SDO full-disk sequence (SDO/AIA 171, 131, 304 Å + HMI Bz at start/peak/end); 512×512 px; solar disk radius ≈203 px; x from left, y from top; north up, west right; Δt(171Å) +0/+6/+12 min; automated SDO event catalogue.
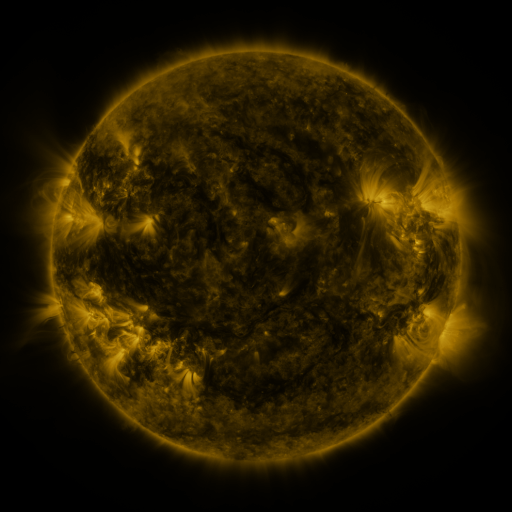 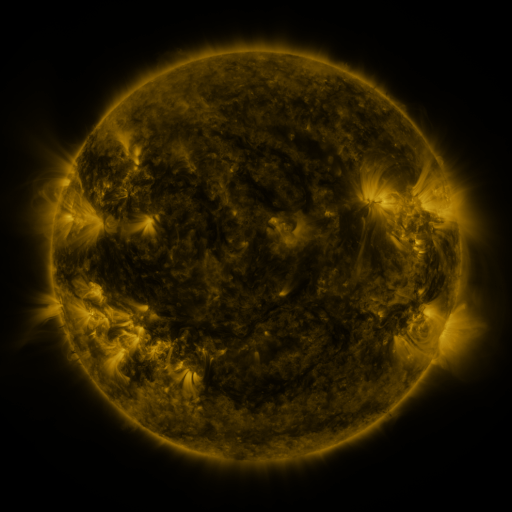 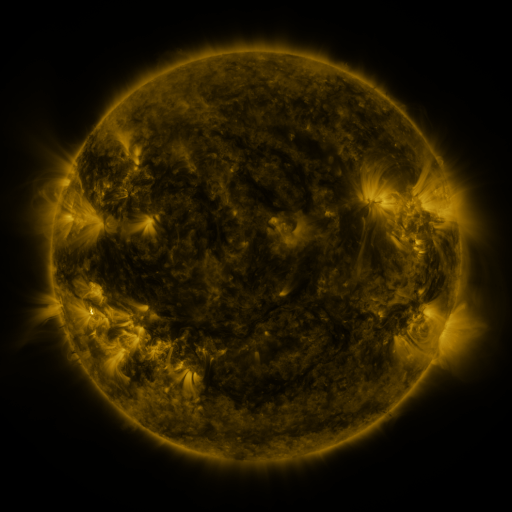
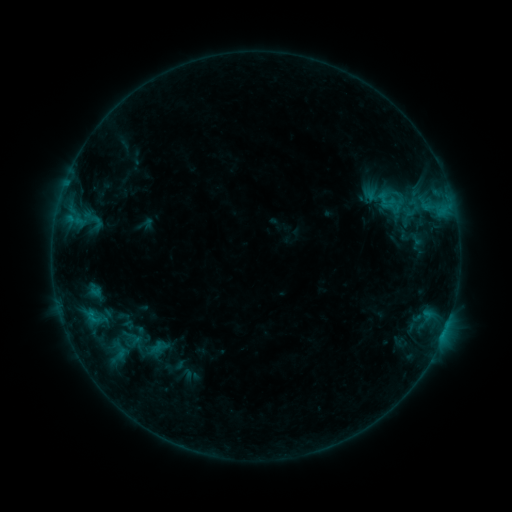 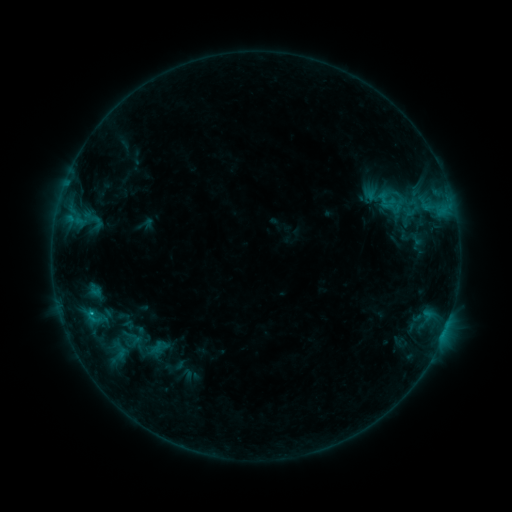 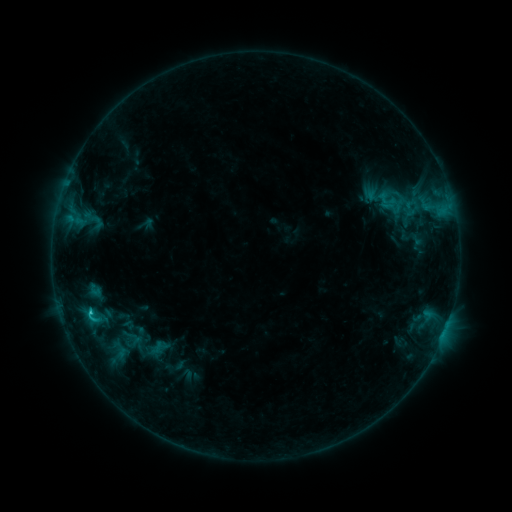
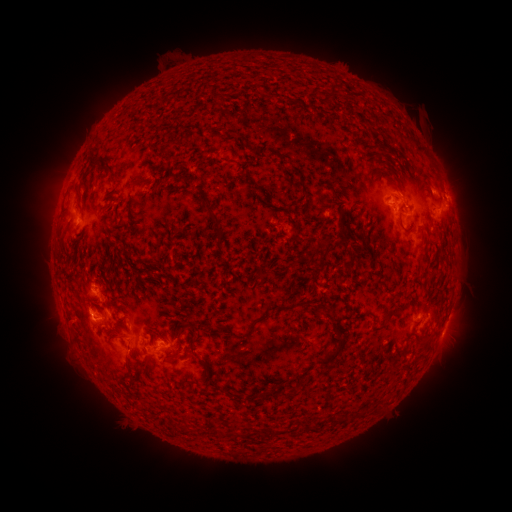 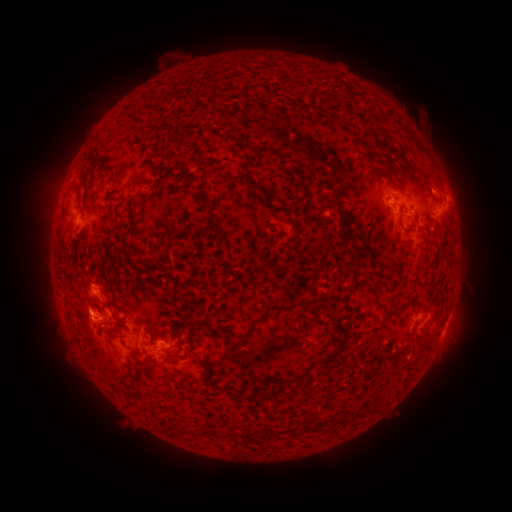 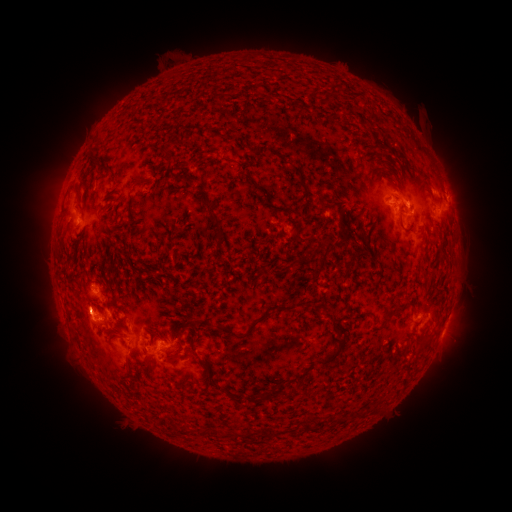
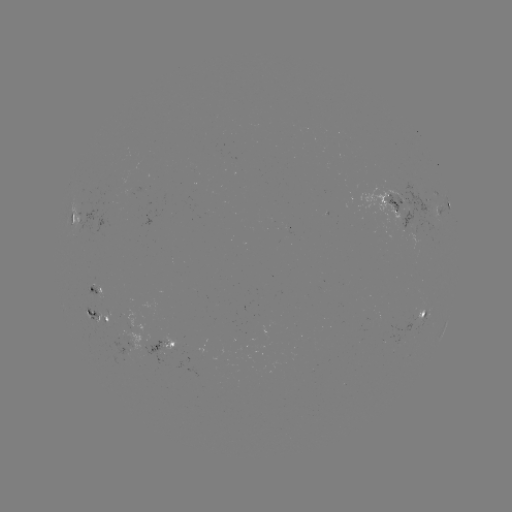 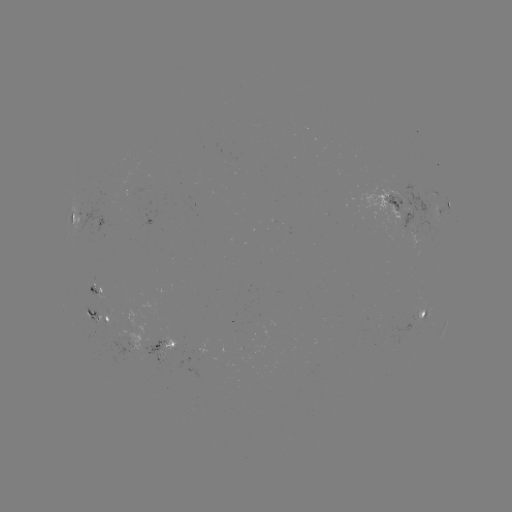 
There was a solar flare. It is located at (91, 309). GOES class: C1.1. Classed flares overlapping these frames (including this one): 1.